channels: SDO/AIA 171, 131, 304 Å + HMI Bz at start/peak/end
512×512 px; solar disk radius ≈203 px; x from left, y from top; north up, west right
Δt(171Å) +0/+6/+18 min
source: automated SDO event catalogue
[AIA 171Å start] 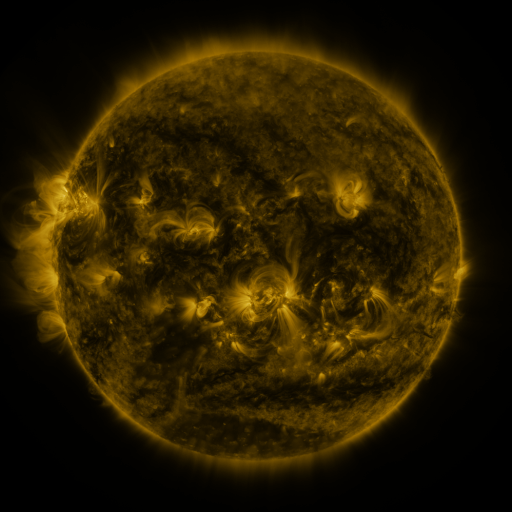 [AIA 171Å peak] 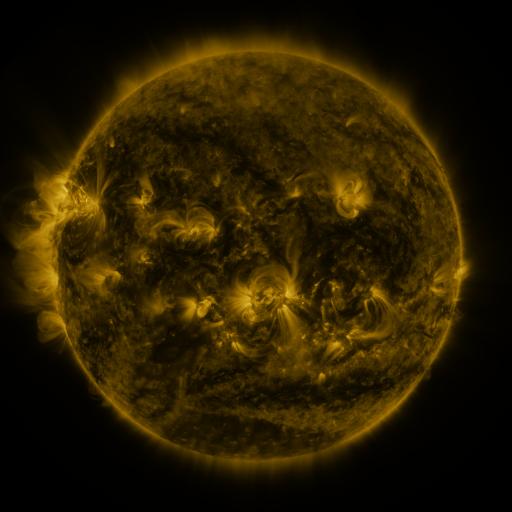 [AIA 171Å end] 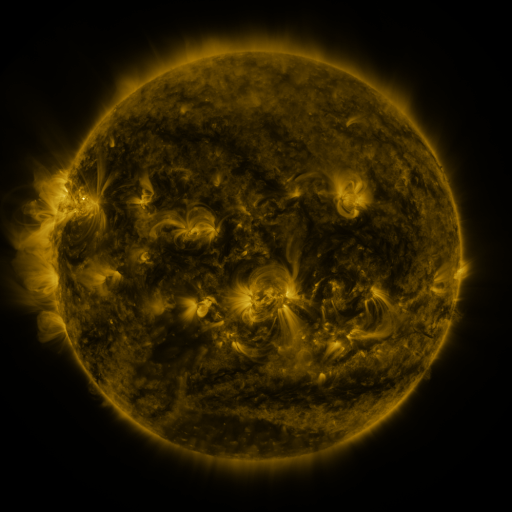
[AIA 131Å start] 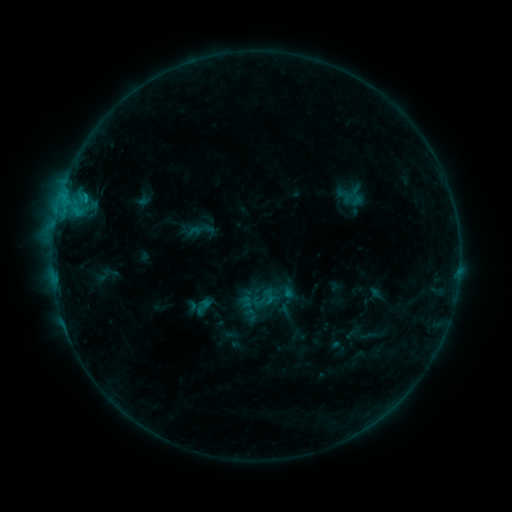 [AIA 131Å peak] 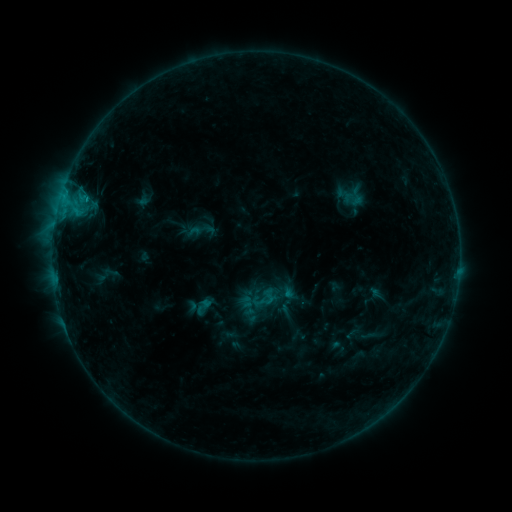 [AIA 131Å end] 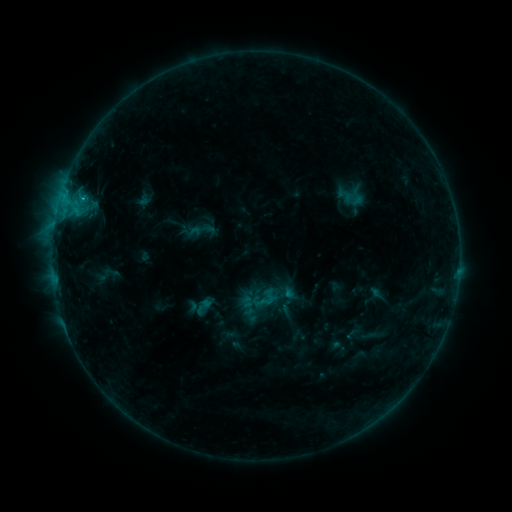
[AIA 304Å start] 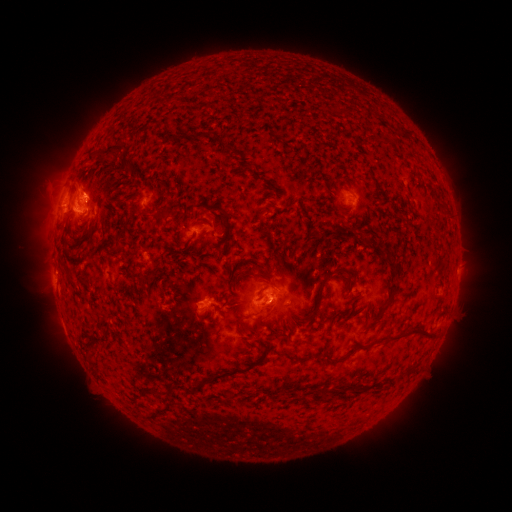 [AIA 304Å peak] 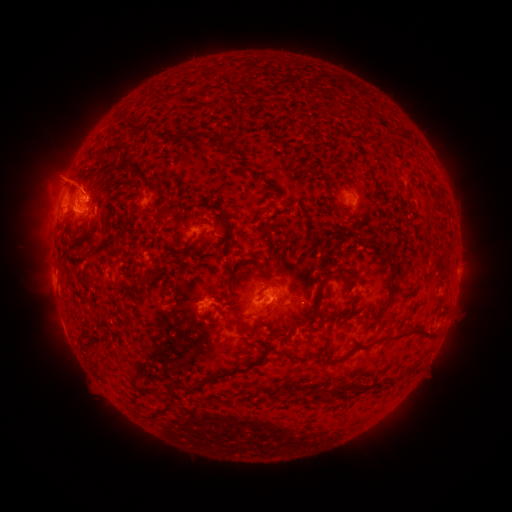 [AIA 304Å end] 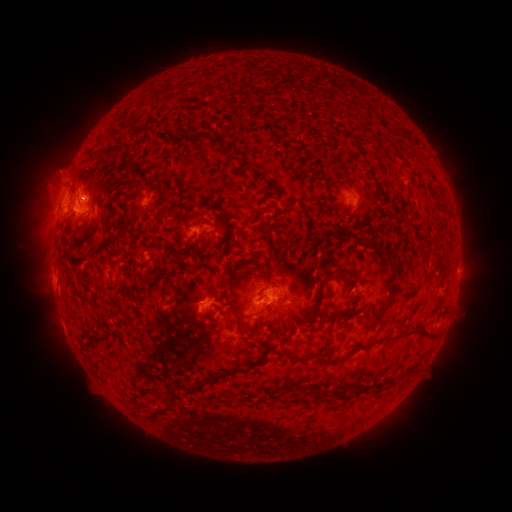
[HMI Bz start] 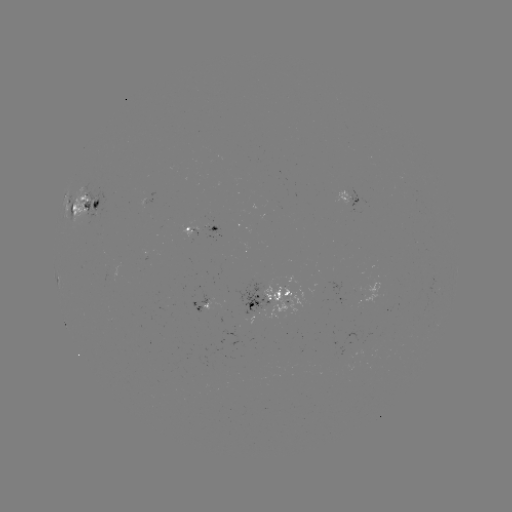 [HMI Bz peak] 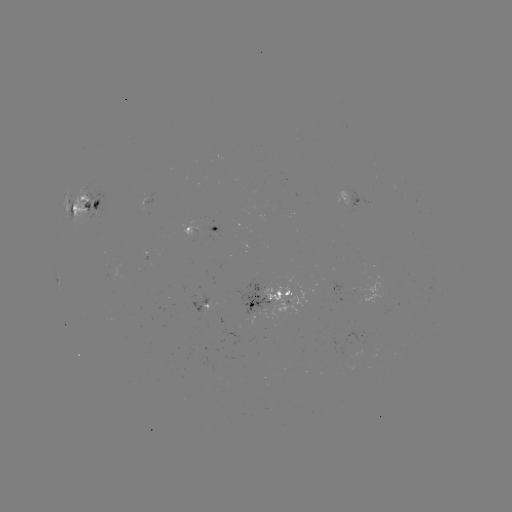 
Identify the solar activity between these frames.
eruption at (62, 175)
